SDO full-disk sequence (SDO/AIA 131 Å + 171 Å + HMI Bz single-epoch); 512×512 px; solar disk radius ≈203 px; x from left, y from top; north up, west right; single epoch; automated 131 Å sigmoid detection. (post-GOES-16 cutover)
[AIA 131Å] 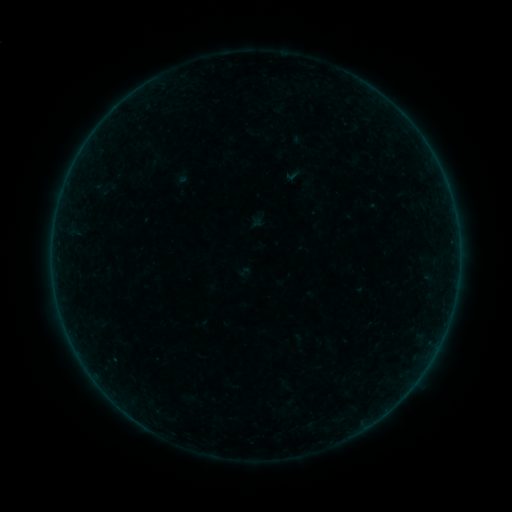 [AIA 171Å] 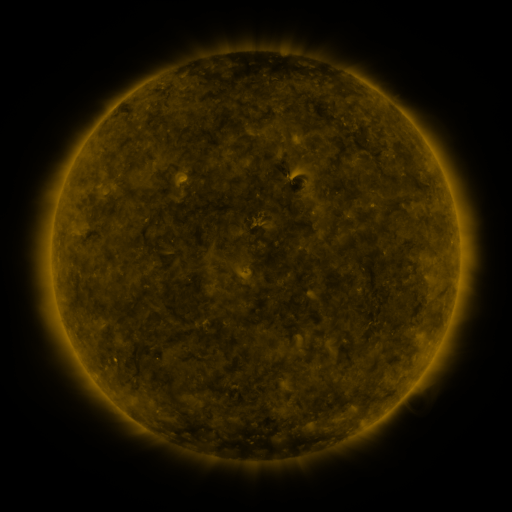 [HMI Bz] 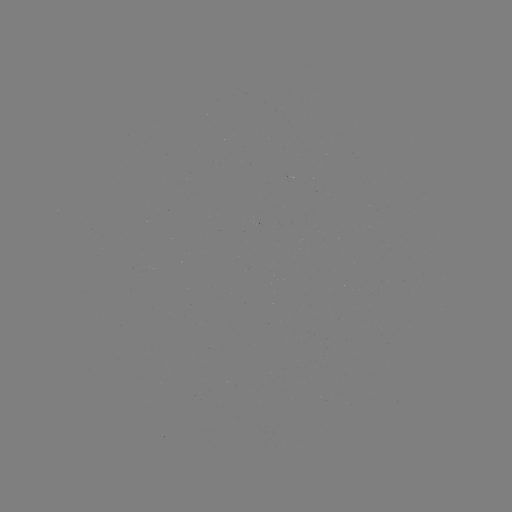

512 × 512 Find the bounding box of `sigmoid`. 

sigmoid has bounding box [282, 165, 303, 184].